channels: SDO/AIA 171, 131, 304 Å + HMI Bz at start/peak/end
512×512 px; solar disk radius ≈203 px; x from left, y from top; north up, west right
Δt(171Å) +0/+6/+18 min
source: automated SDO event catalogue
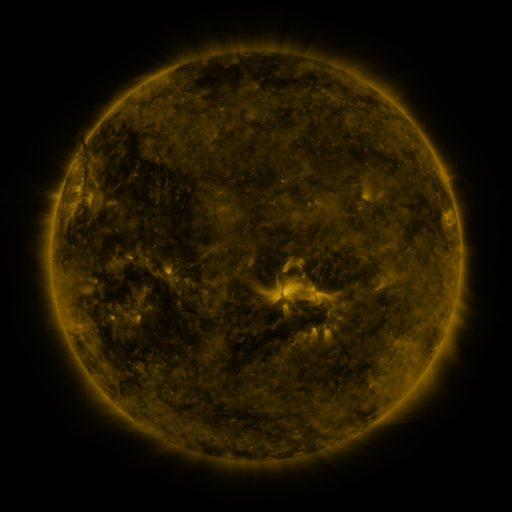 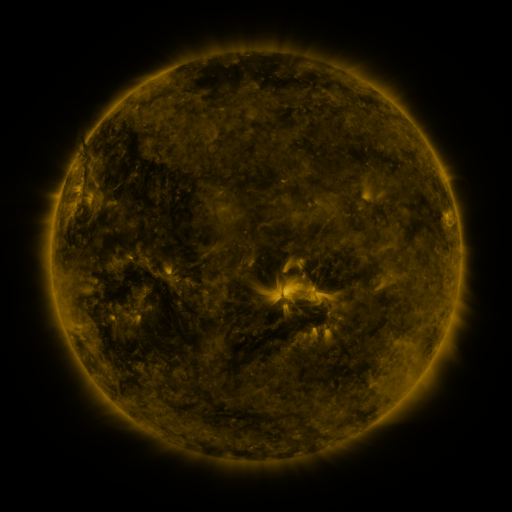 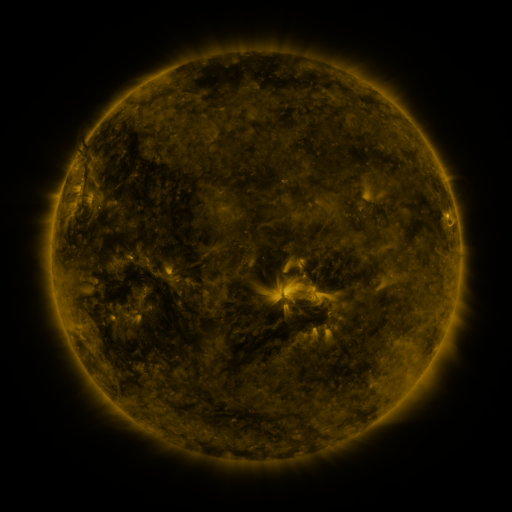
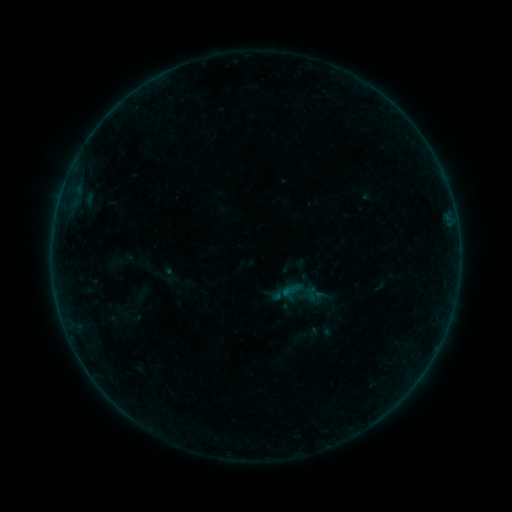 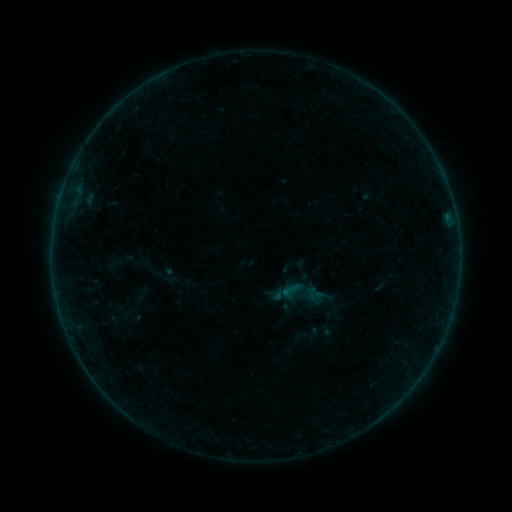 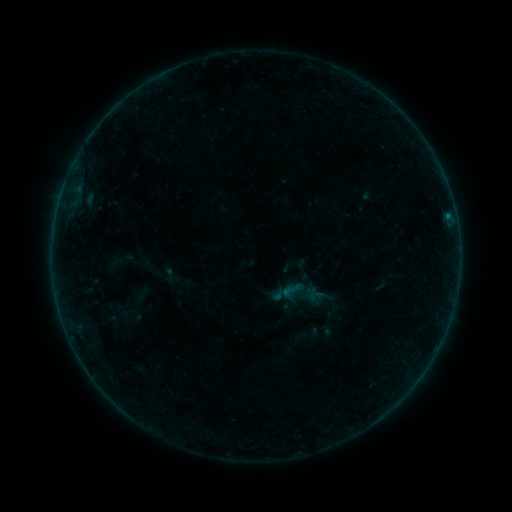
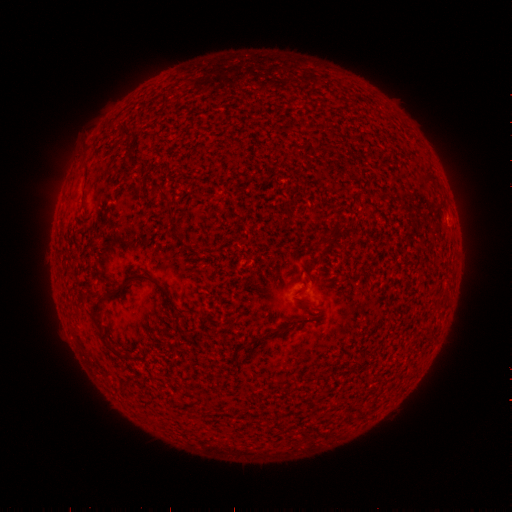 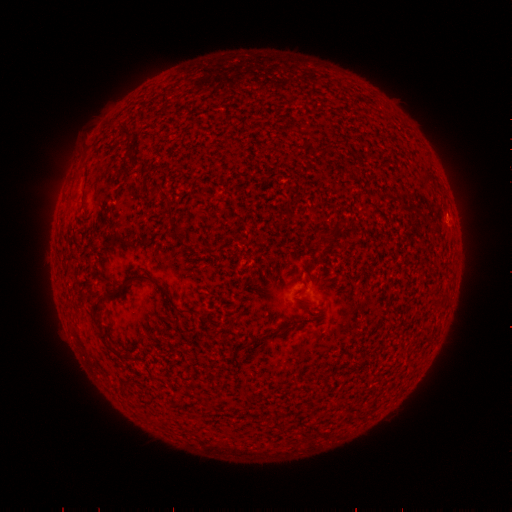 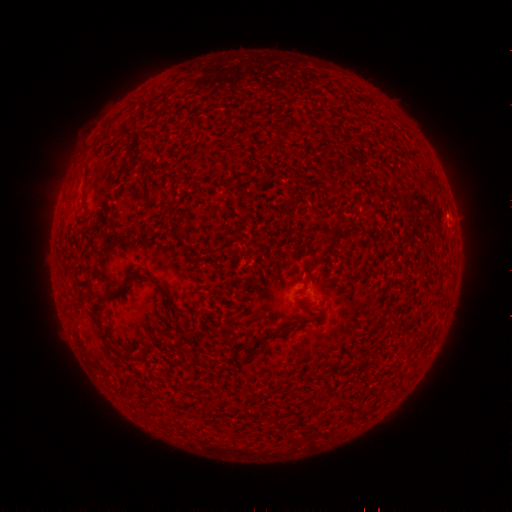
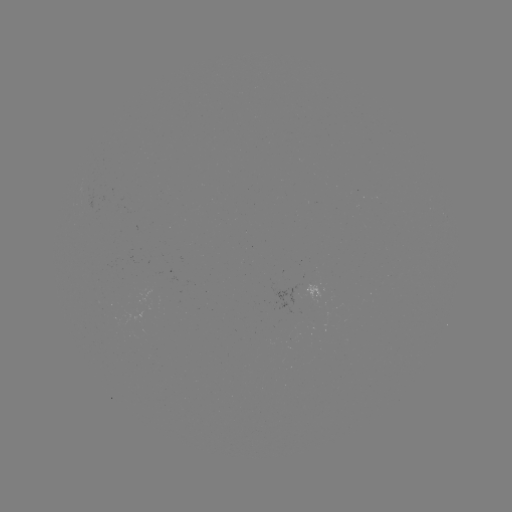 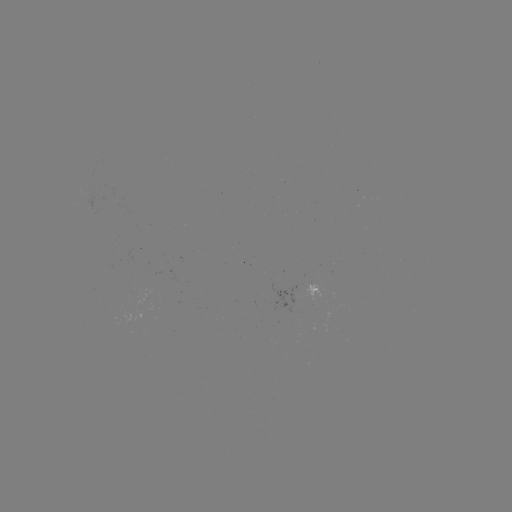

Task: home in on B1.7 flare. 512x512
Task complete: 447,219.